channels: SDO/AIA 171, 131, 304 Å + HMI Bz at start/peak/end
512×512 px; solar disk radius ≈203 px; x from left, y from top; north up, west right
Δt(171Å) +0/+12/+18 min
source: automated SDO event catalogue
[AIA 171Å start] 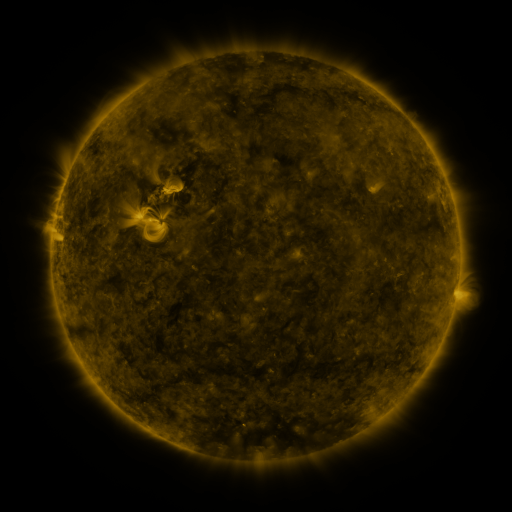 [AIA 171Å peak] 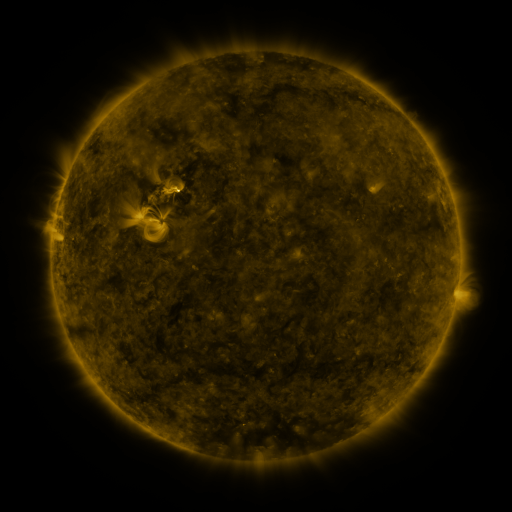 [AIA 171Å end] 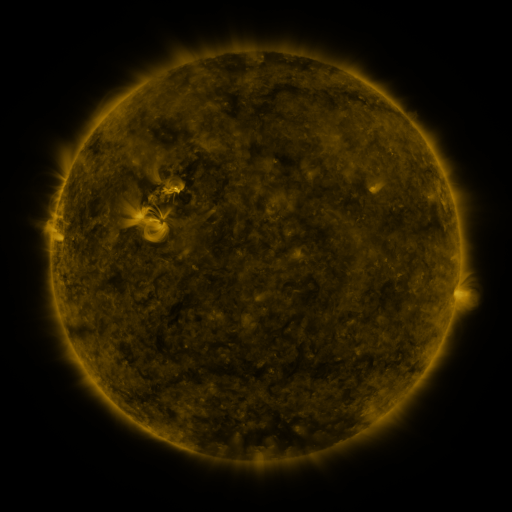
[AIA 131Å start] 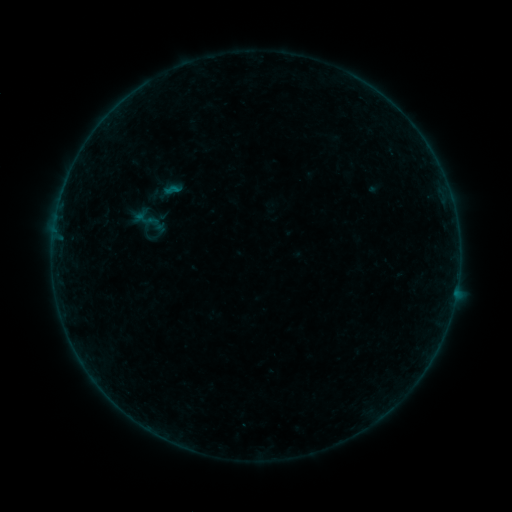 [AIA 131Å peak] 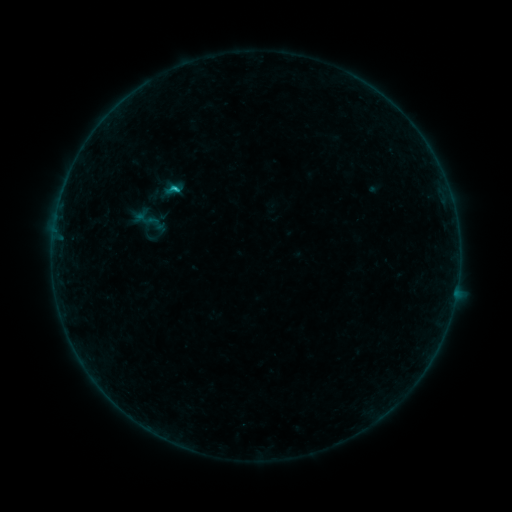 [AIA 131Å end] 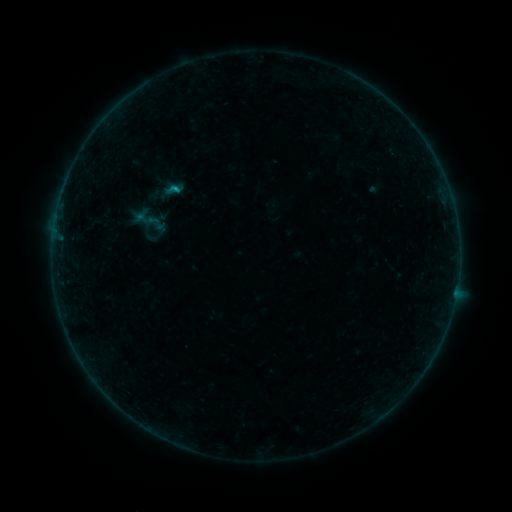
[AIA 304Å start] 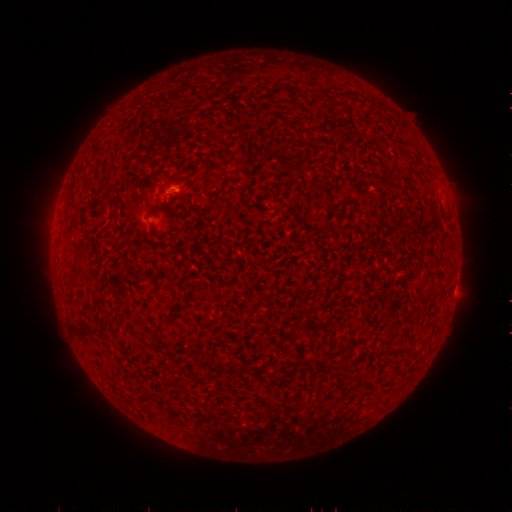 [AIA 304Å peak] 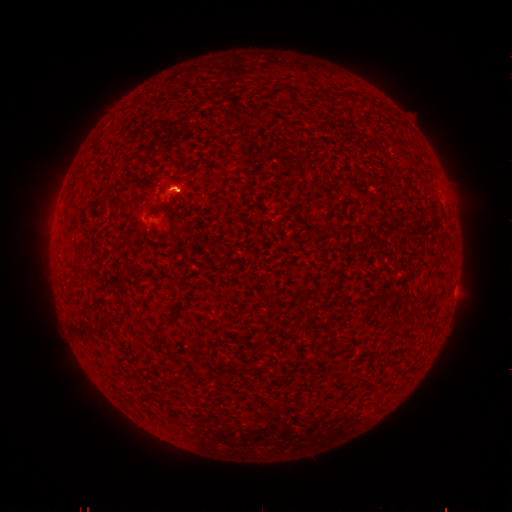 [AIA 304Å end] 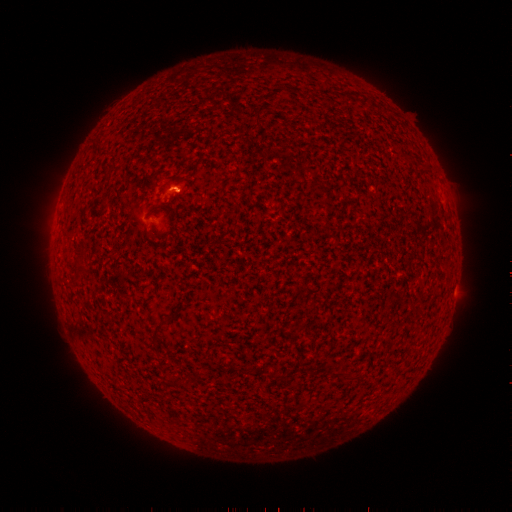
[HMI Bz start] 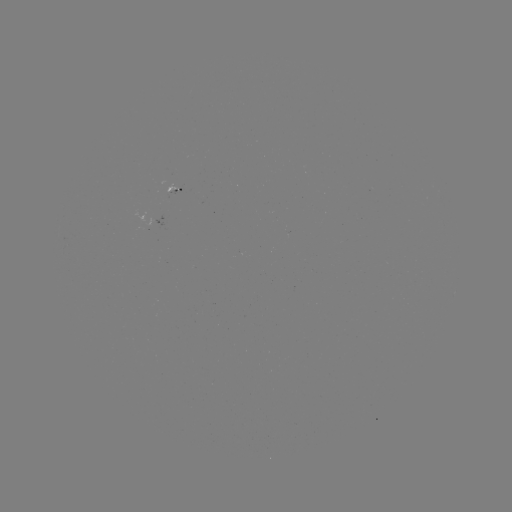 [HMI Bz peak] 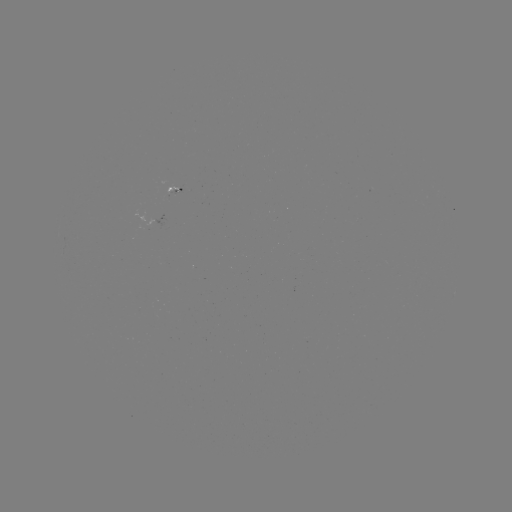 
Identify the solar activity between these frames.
B6.1 flare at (178, 189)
